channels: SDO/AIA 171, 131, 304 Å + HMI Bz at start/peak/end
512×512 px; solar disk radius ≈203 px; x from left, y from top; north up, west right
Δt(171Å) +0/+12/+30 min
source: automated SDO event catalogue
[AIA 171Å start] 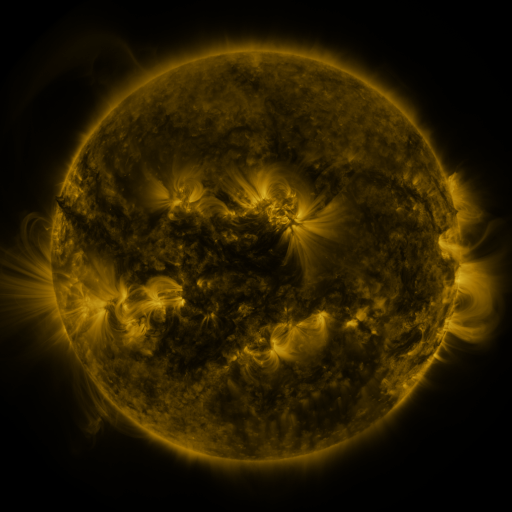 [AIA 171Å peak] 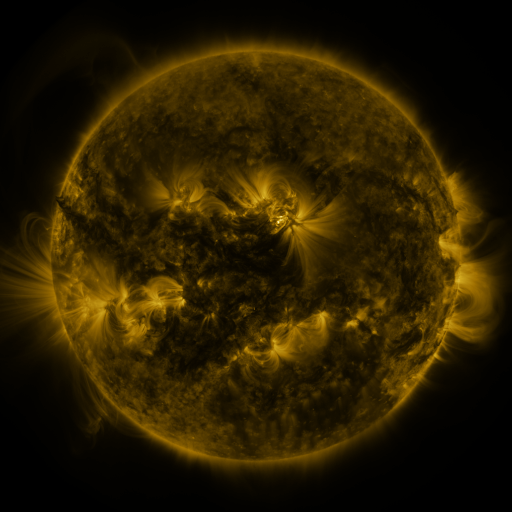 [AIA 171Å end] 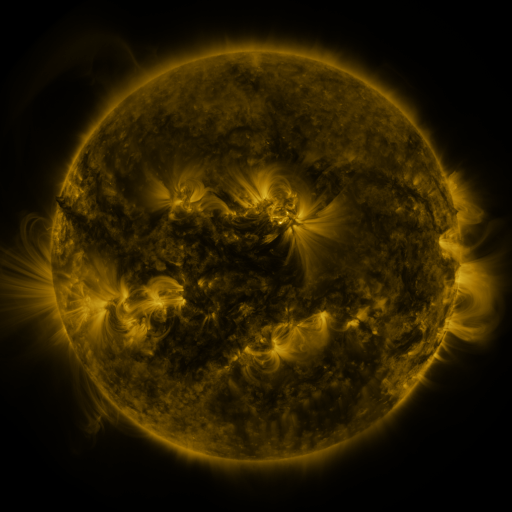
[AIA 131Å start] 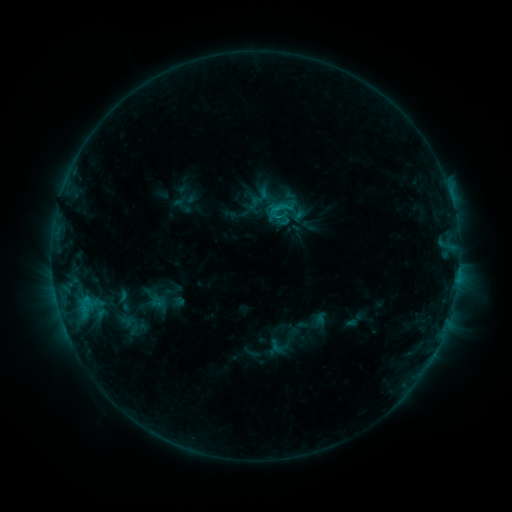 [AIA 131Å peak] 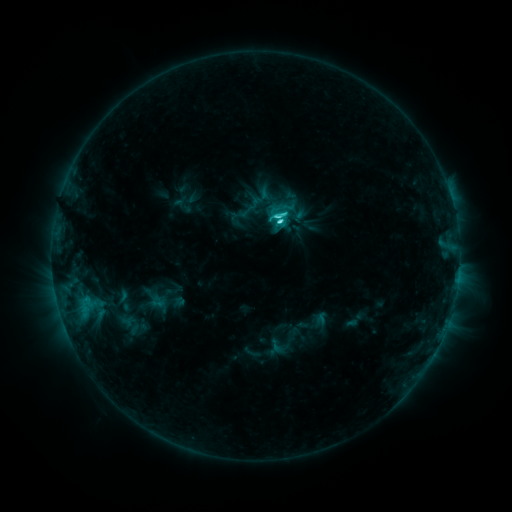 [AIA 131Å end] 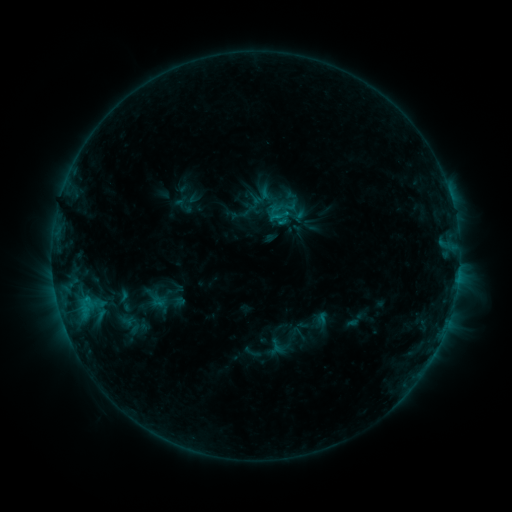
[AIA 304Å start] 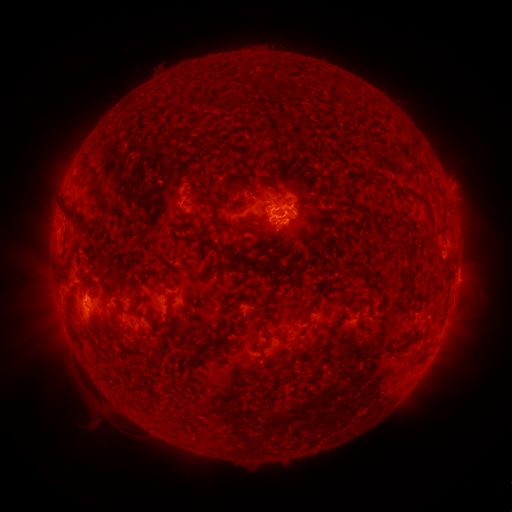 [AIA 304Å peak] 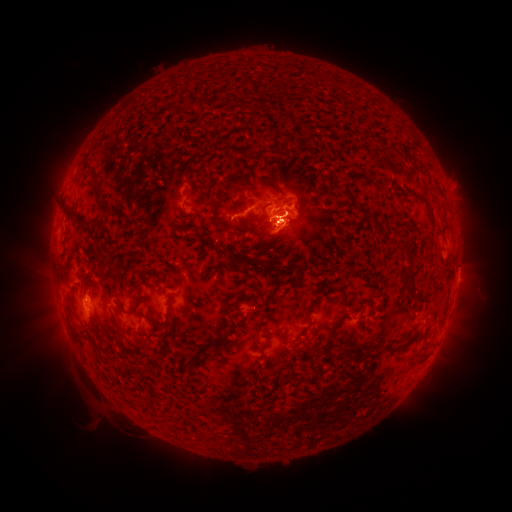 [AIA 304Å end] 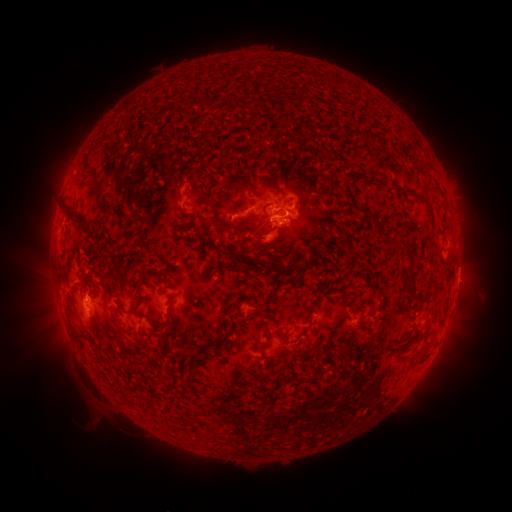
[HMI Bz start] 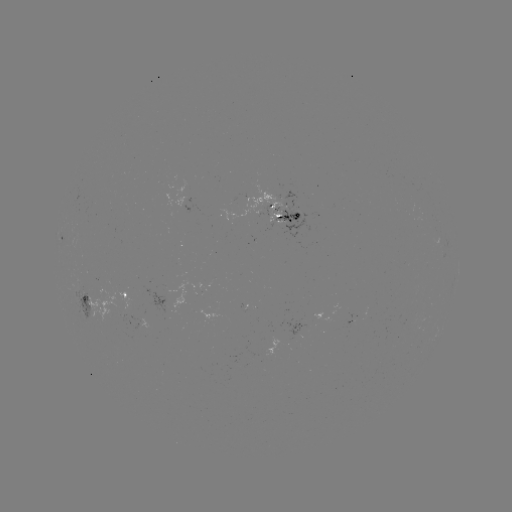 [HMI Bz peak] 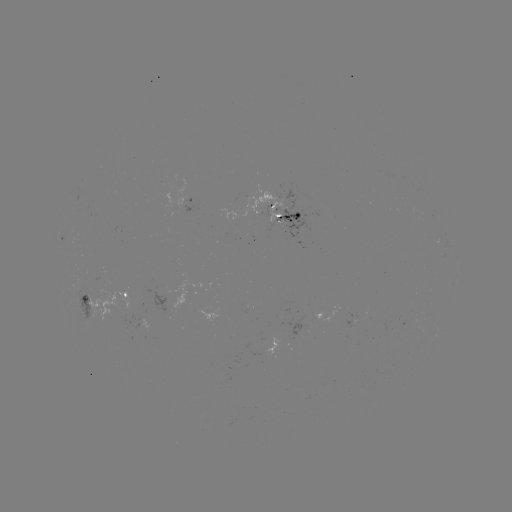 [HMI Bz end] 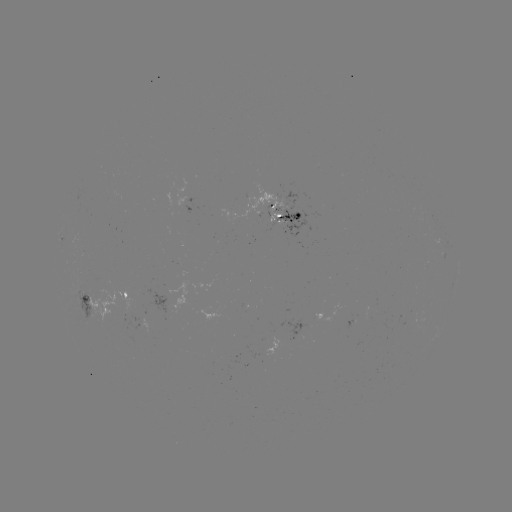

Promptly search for eruption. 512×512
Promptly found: (274, 244).